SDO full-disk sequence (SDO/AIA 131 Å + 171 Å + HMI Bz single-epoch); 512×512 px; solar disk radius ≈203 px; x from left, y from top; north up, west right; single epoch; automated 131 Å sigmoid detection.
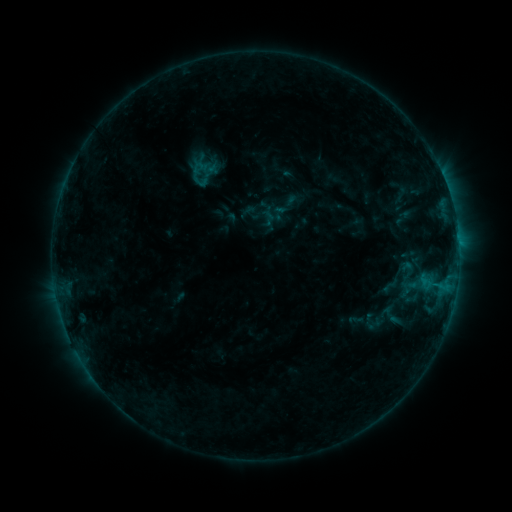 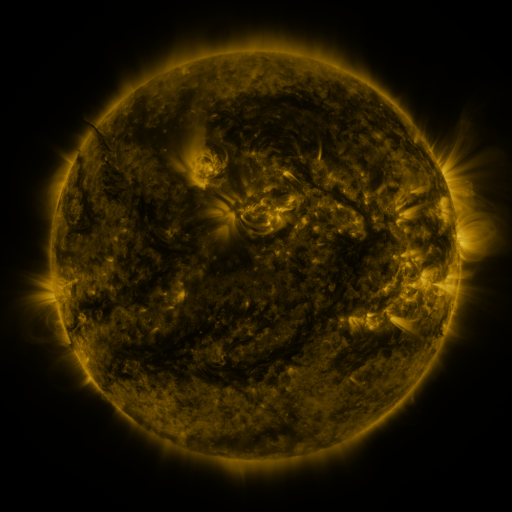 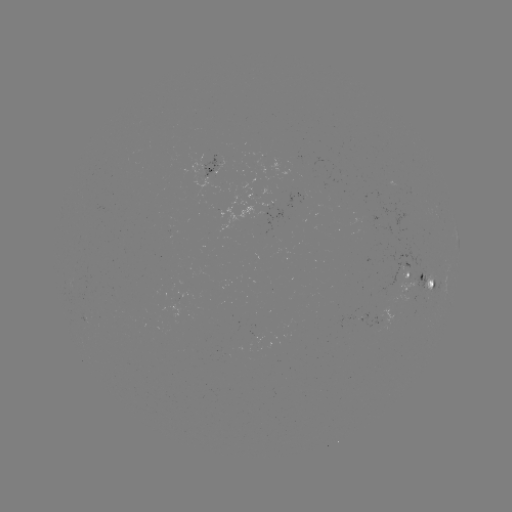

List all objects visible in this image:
sigmoid: <bbox>191, 159, 208, 176</bbox>
sigmoid: <bbox>379, 302, 402, 328</bbox>
